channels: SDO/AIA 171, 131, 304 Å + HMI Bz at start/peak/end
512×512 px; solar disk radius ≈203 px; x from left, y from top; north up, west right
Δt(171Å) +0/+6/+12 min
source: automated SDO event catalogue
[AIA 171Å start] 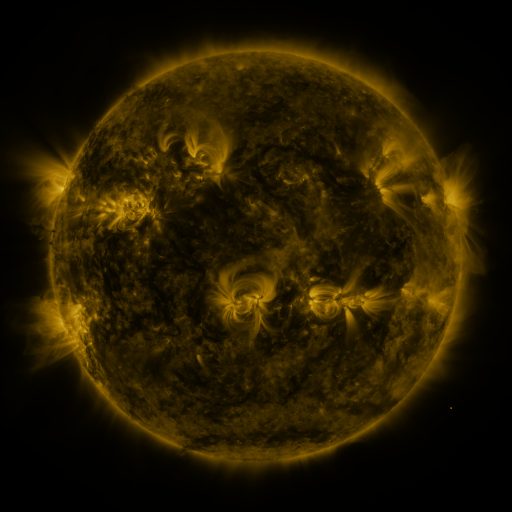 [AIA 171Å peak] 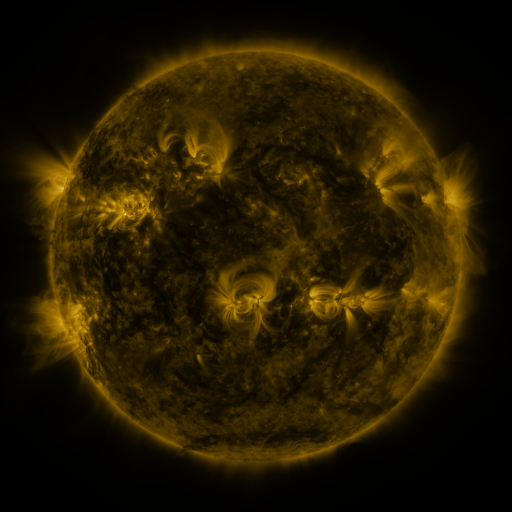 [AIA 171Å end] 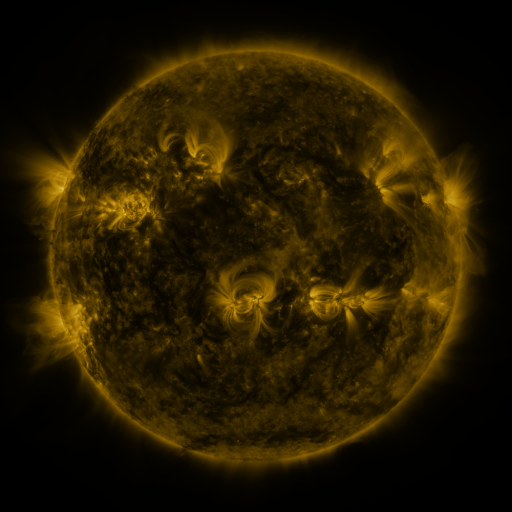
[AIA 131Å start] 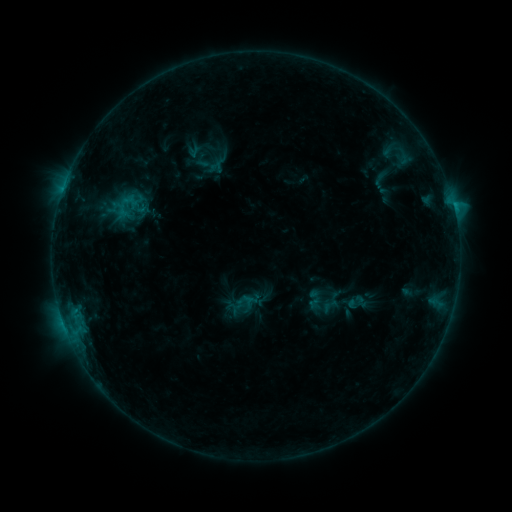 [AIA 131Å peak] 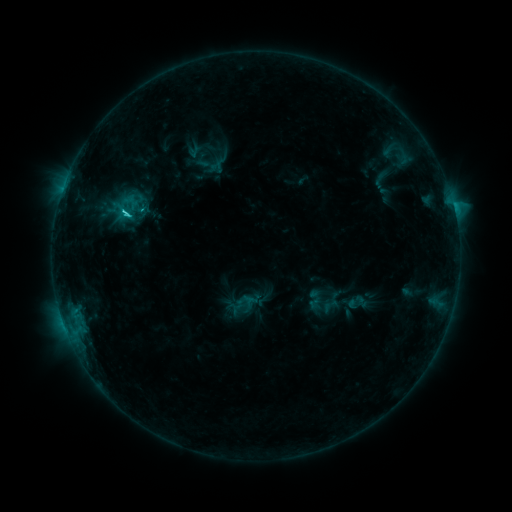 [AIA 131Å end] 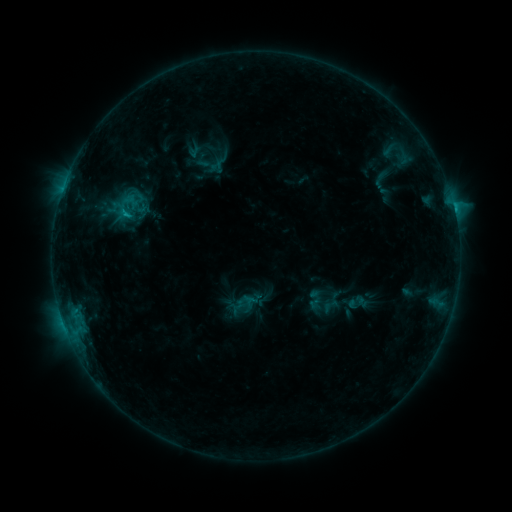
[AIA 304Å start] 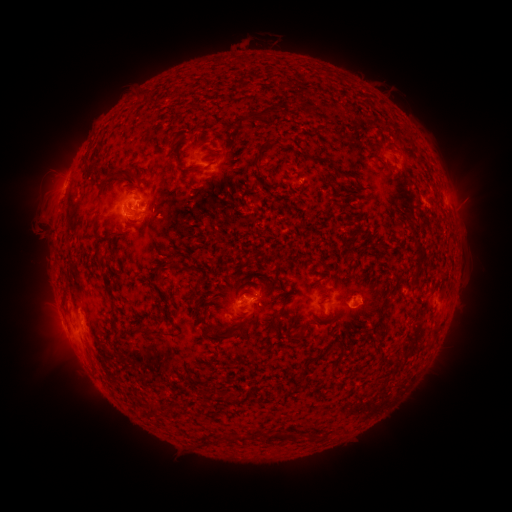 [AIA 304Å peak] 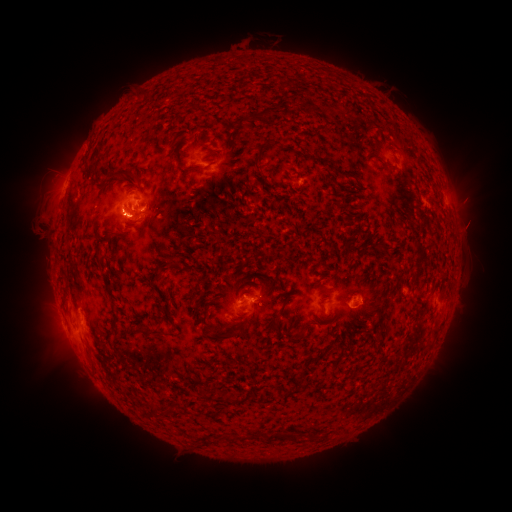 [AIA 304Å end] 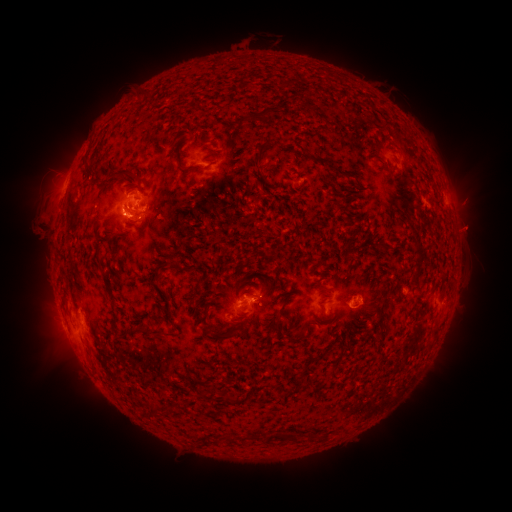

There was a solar flare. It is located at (128, 215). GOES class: C2.1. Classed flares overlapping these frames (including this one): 1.